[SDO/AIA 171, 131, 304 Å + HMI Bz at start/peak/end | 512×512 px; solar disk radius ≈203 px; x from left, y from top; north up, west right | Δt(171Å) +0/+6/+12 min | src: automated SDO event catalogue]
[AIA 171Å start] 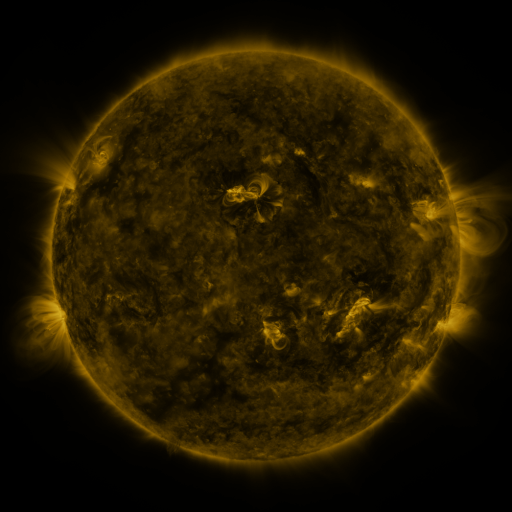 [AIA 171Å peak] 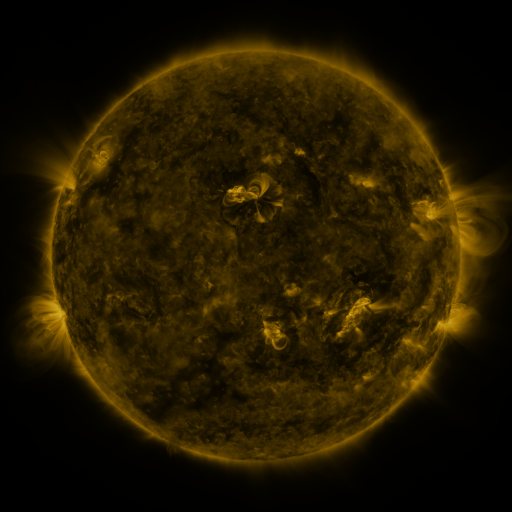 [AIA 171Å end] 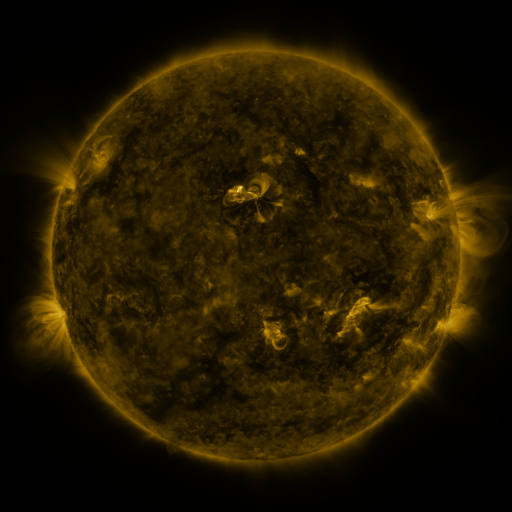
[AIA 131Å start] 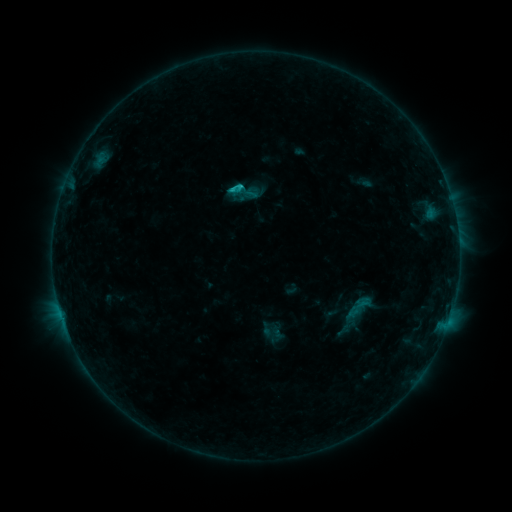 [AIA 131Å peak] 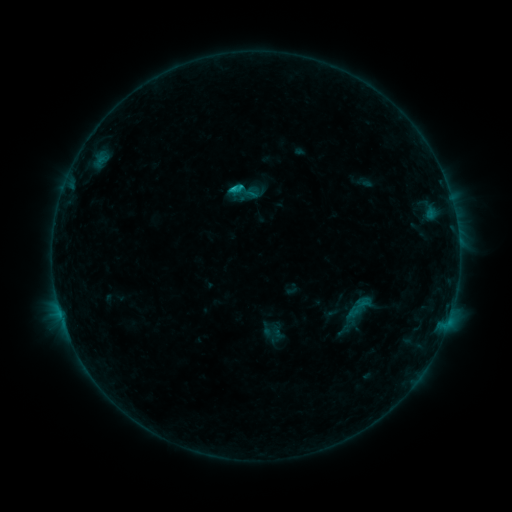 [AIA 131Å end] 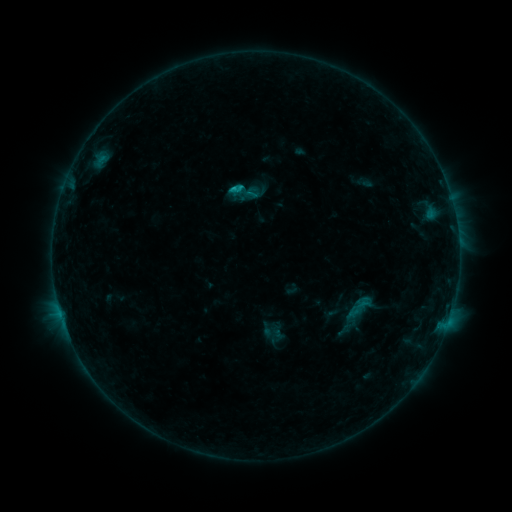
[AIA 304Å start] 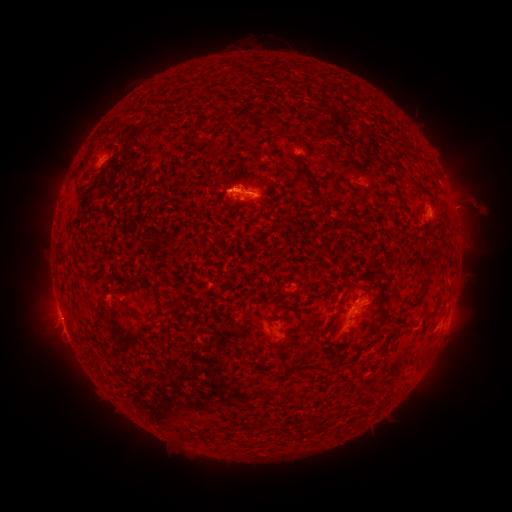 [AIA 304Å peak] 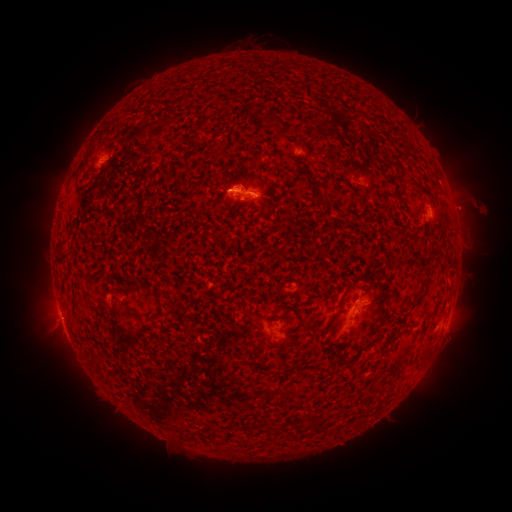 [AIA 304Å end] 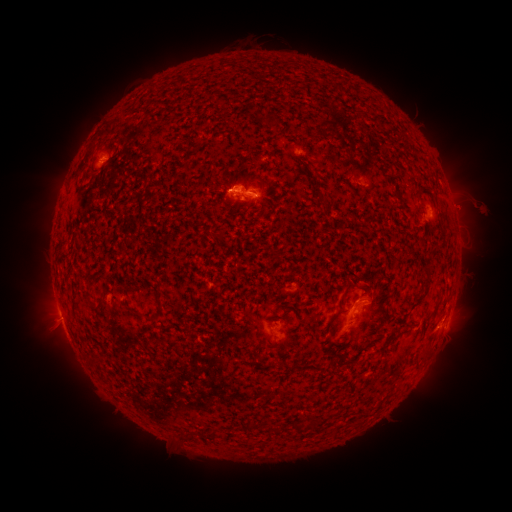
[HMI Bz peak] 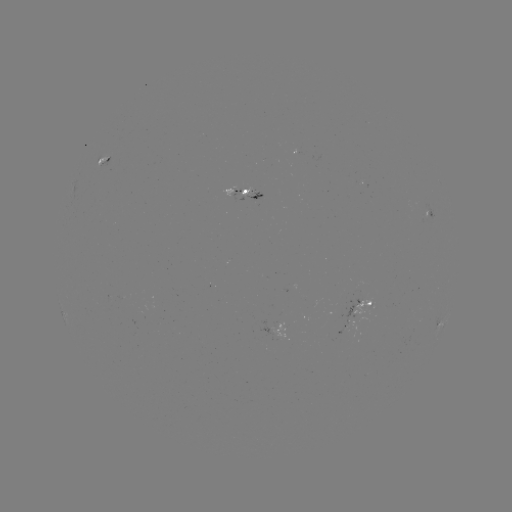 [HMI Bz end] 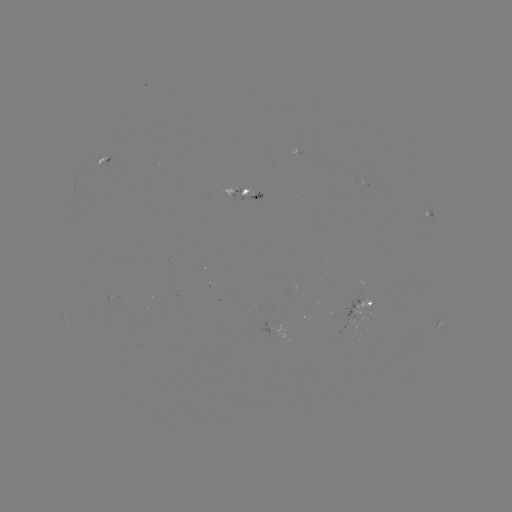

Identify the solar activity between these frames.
eruption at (463, 208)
